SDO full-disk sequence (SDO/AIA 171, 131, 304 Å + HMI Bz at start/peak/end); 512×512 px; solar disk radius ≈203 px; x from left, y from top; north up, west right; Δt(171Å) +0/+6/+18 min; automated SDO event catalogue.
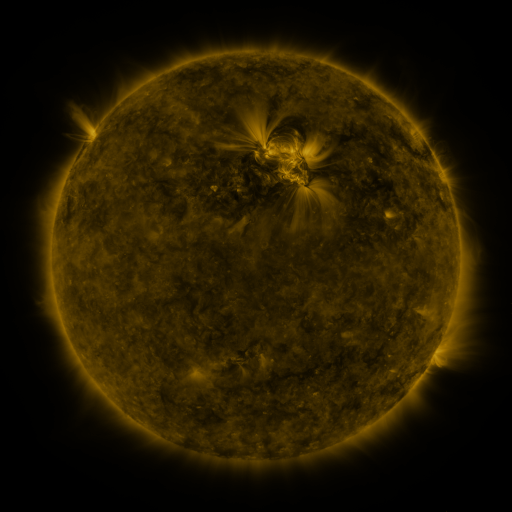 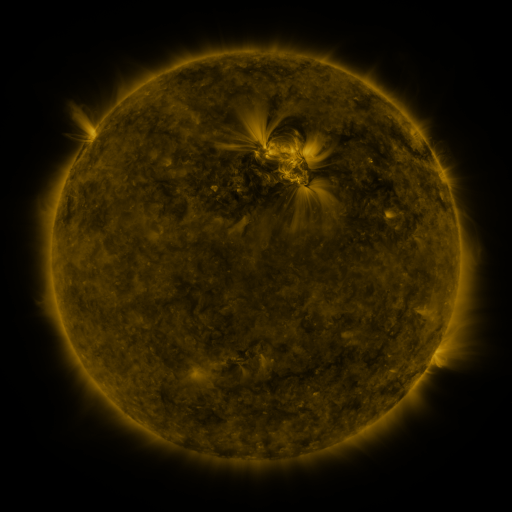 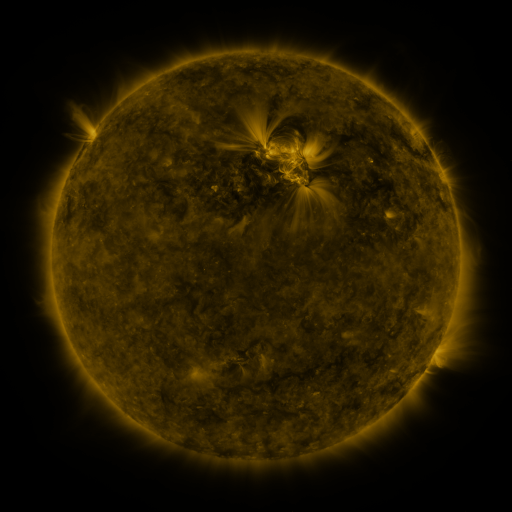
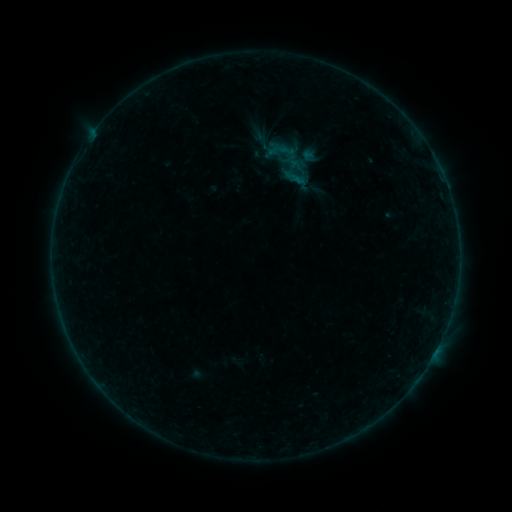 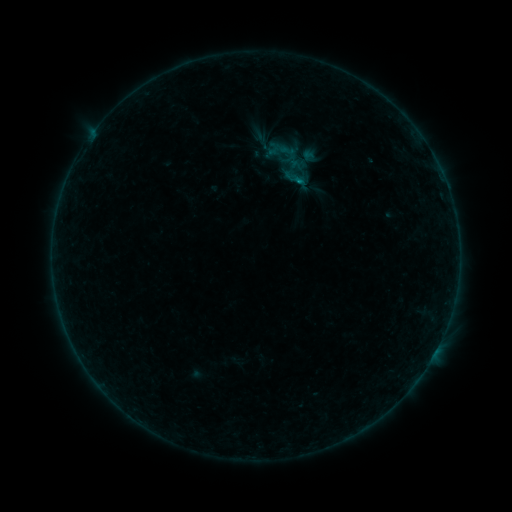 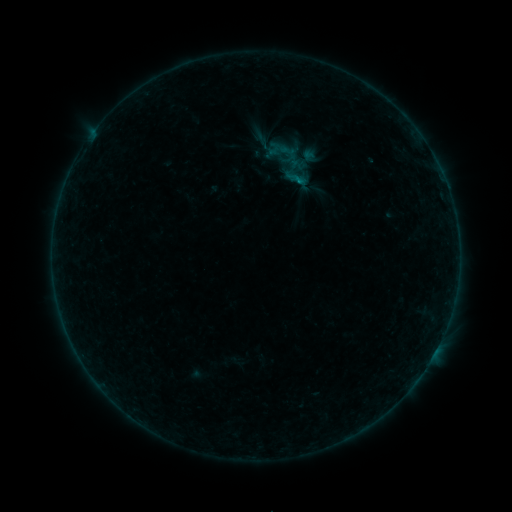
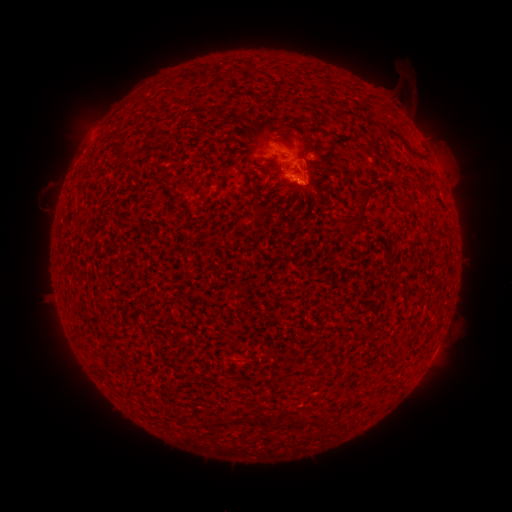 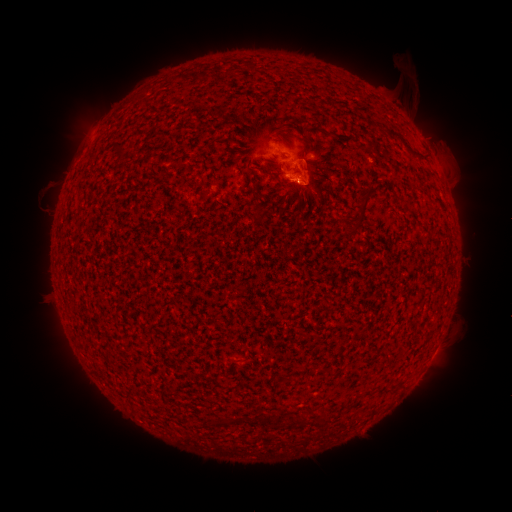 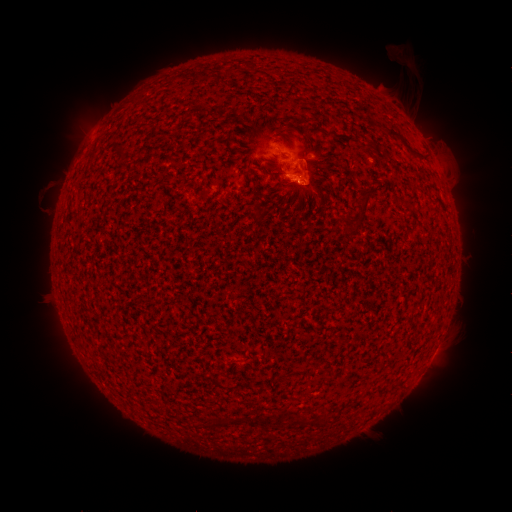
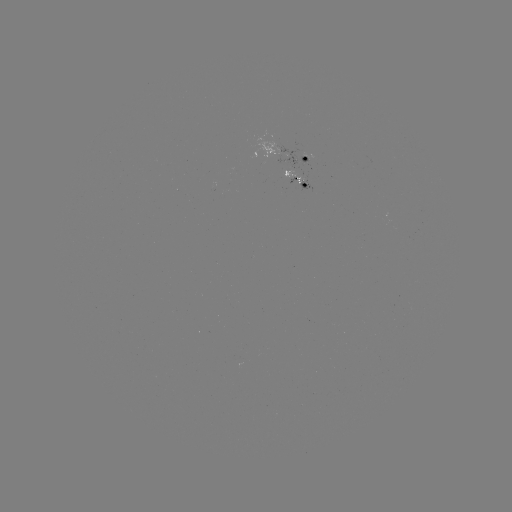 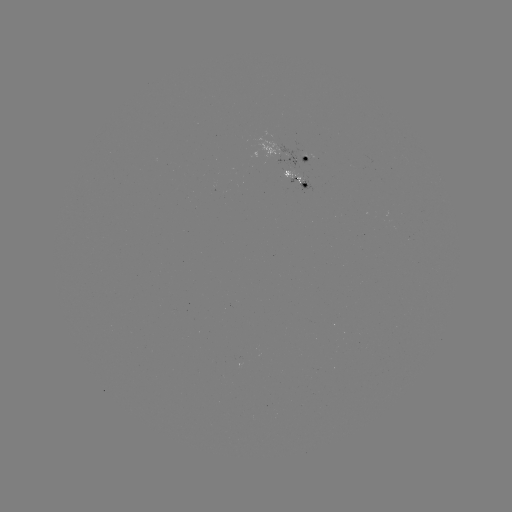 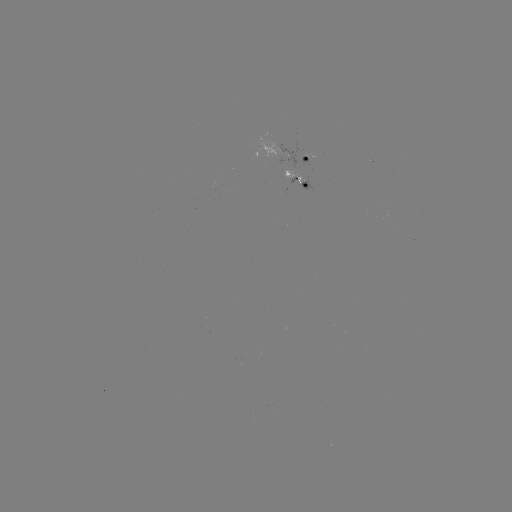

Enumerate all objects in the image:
B4.3 flare: (296, 185)
